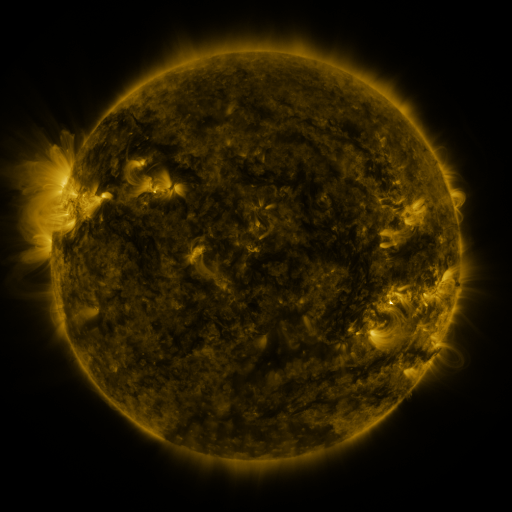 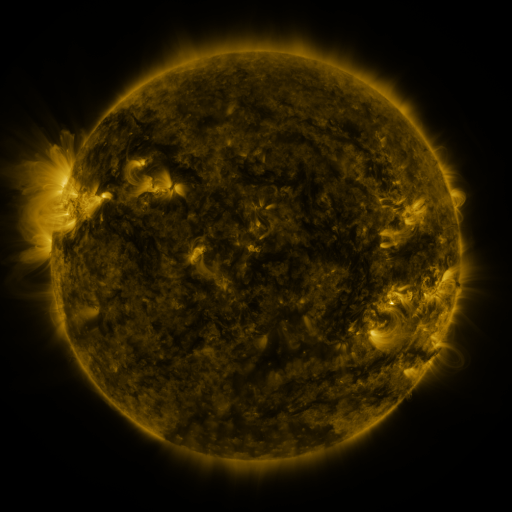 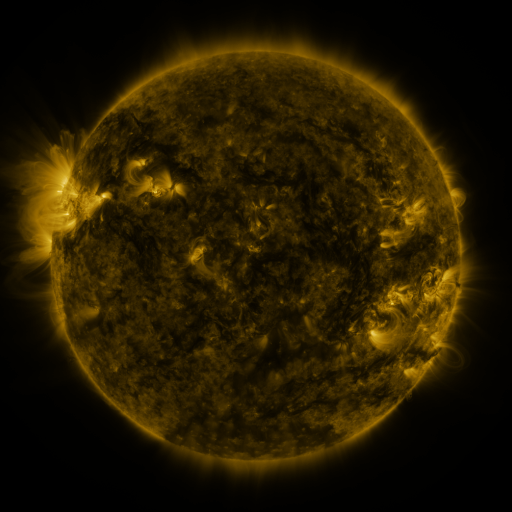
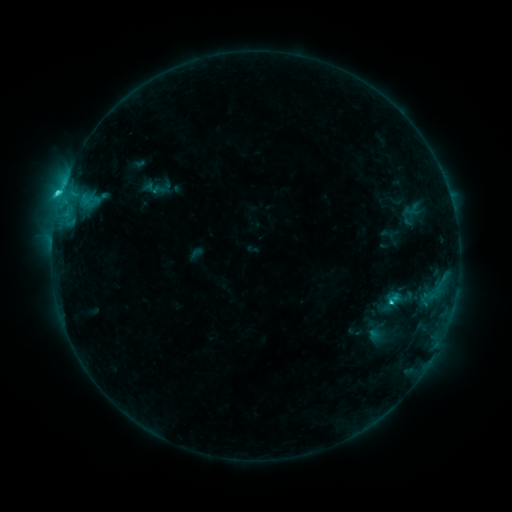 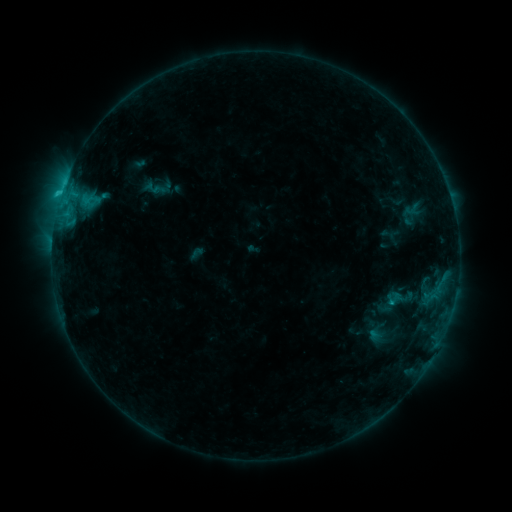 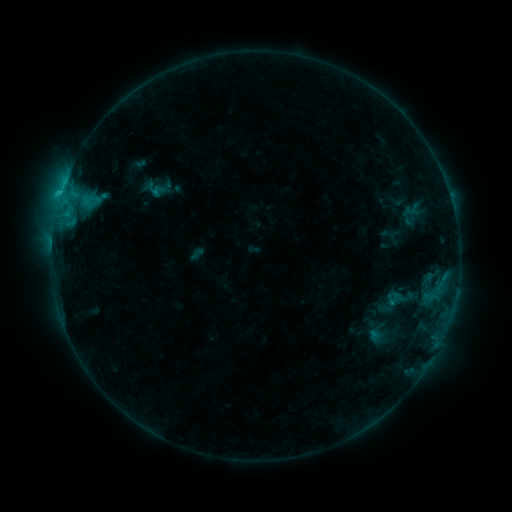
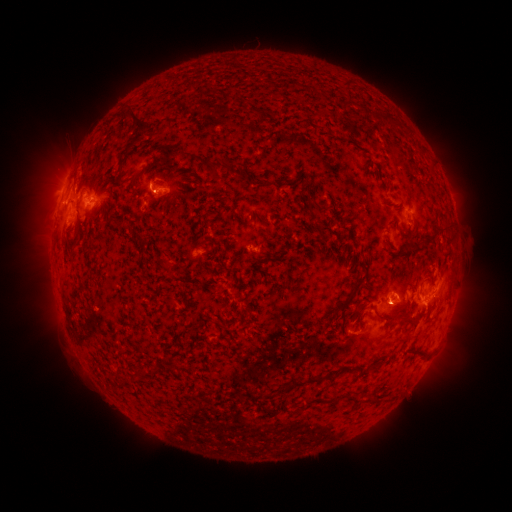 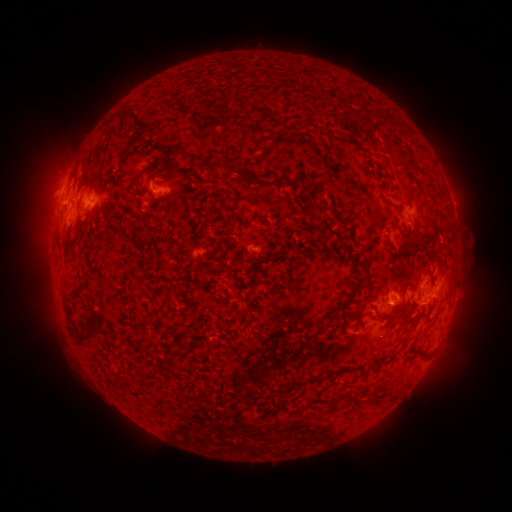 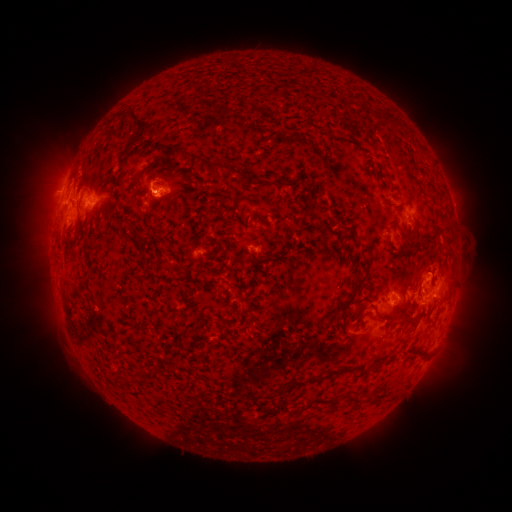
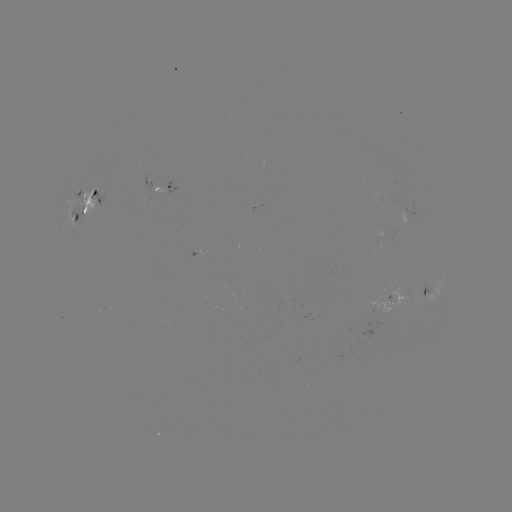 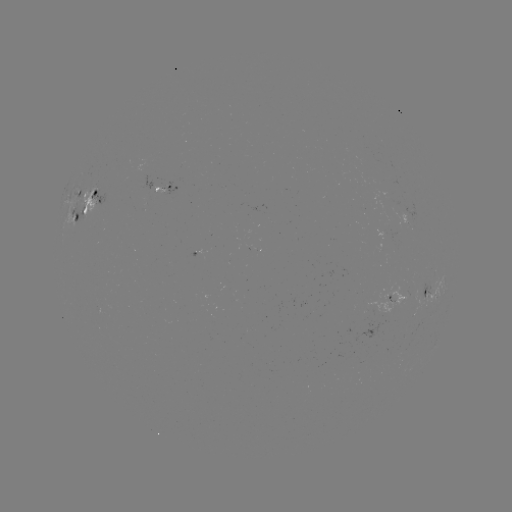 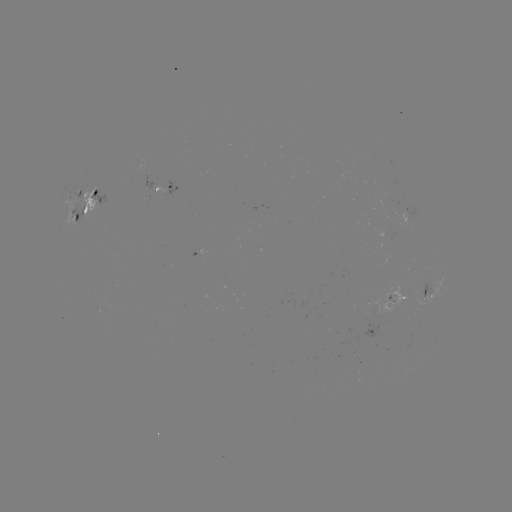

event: eruption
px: (422, 278)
